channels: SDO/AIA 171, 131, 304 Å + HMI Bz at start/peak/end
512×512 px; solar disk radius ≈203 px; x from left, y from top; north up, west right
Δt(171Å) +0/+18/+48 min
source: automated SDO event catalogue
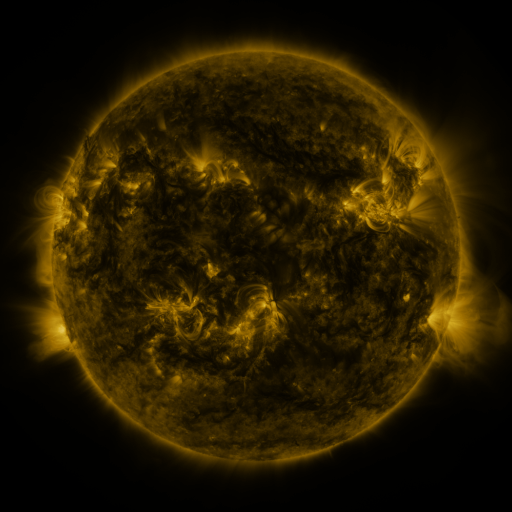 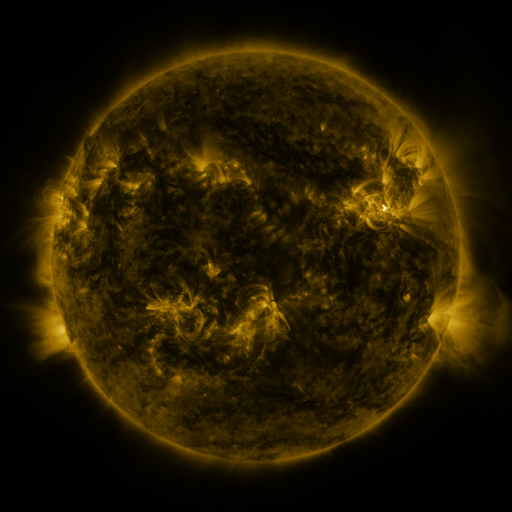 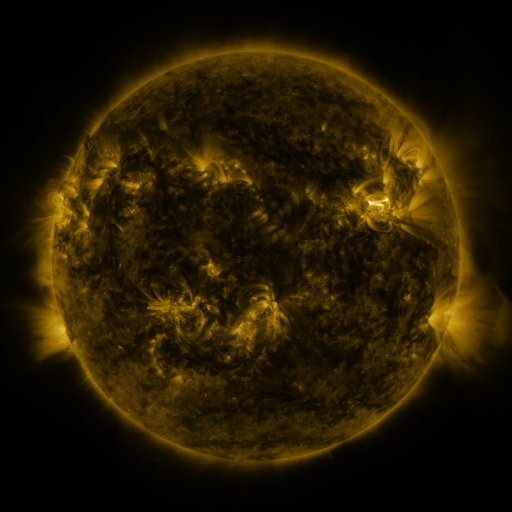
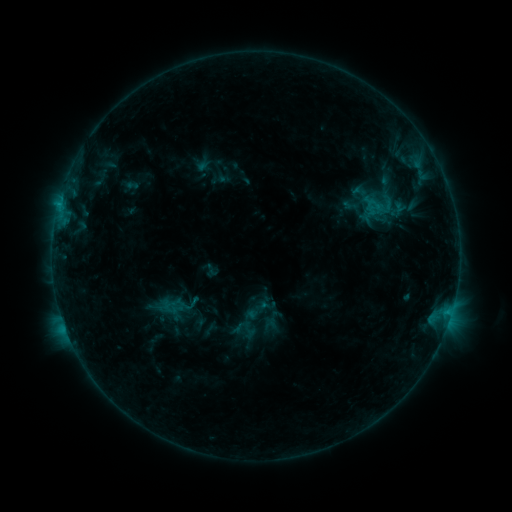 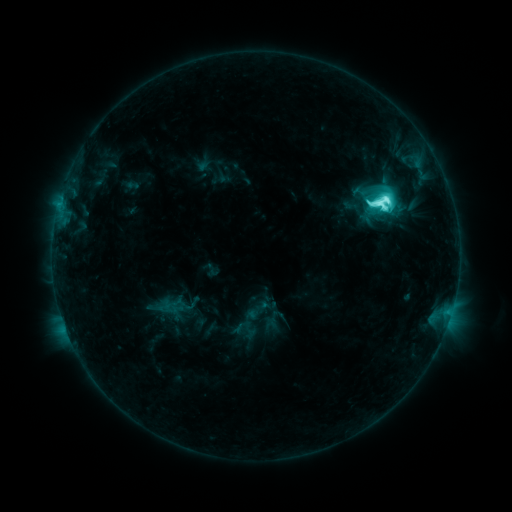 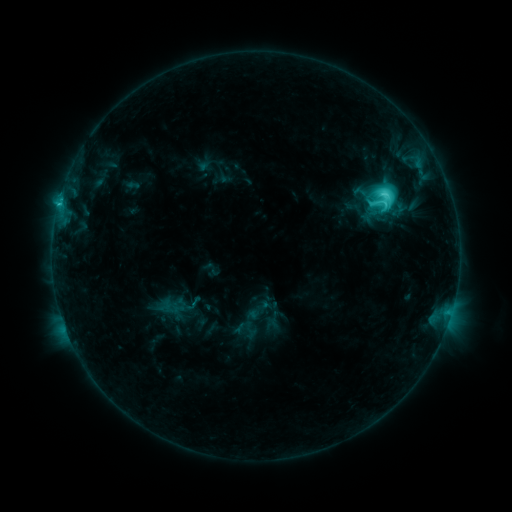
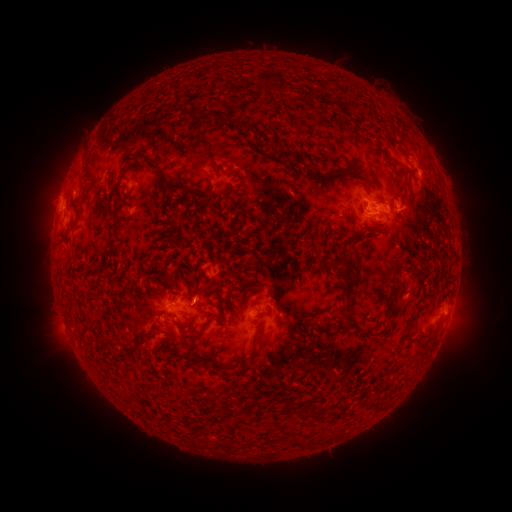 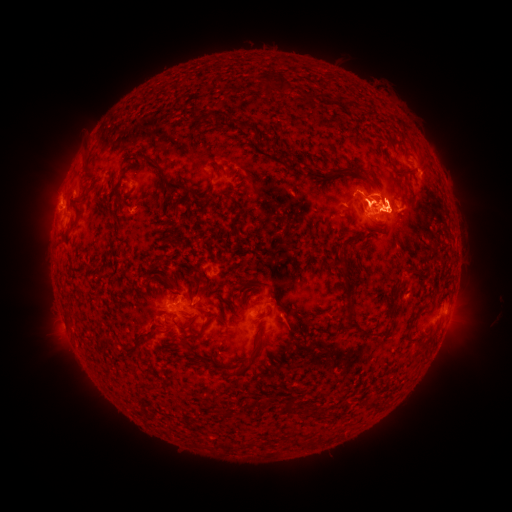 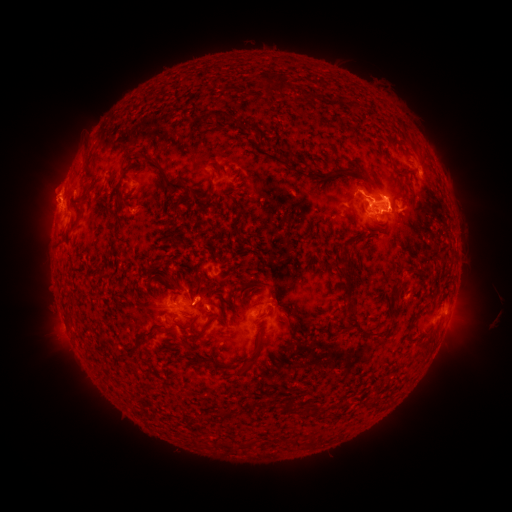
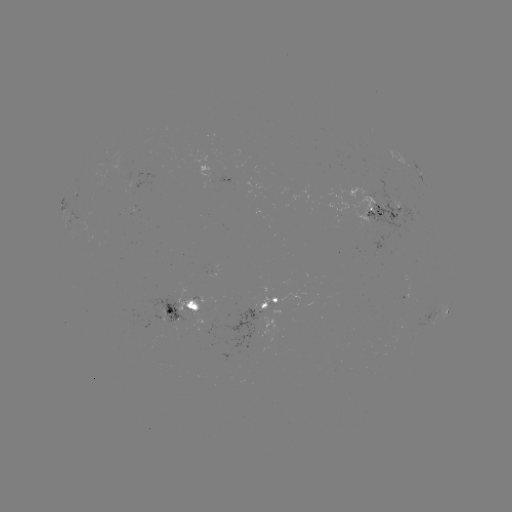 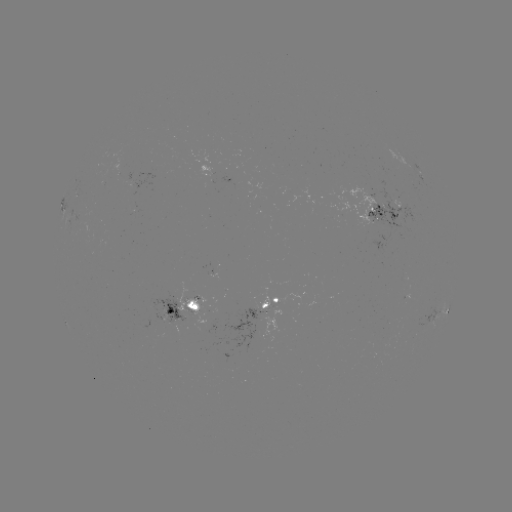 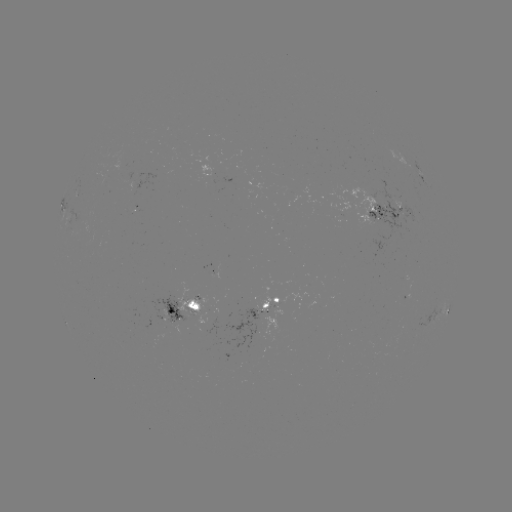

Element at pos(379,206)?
M1.3 flare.